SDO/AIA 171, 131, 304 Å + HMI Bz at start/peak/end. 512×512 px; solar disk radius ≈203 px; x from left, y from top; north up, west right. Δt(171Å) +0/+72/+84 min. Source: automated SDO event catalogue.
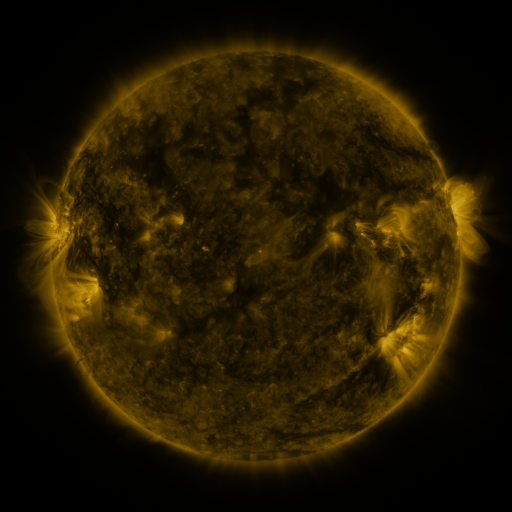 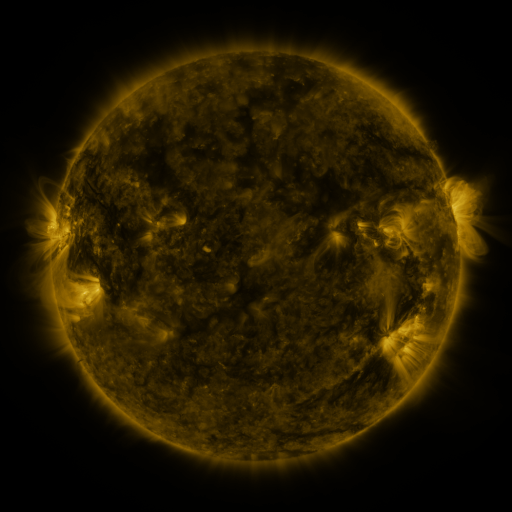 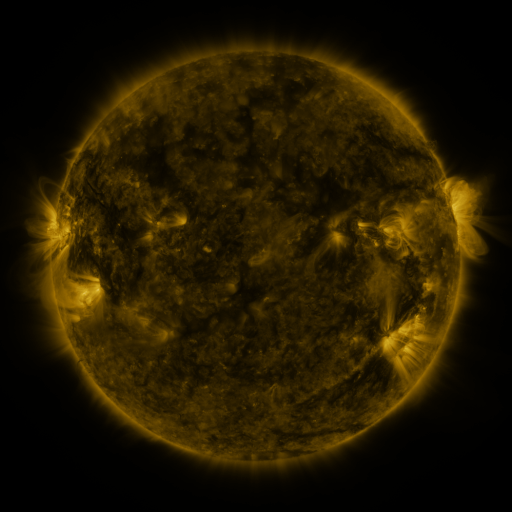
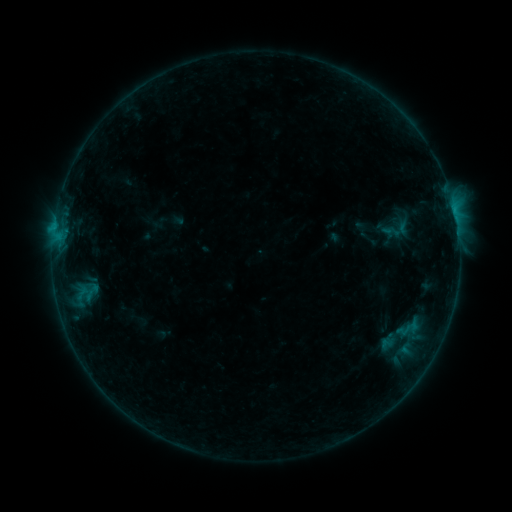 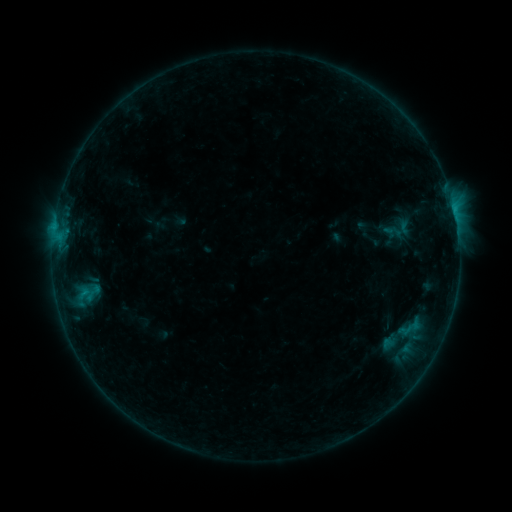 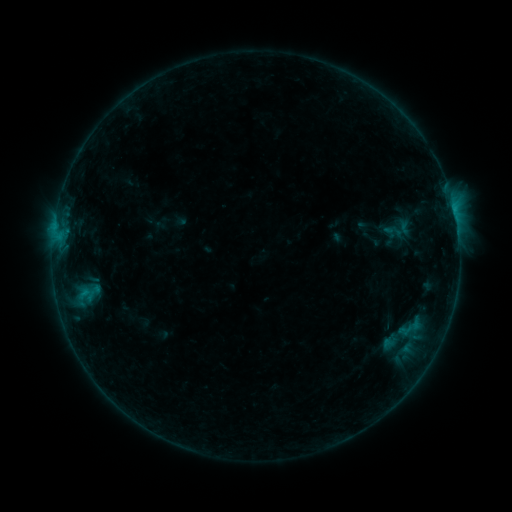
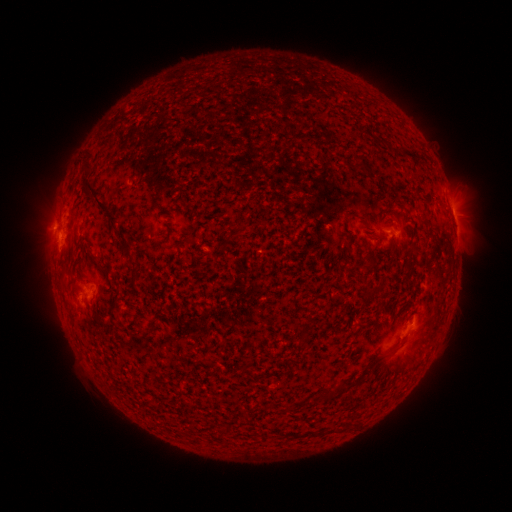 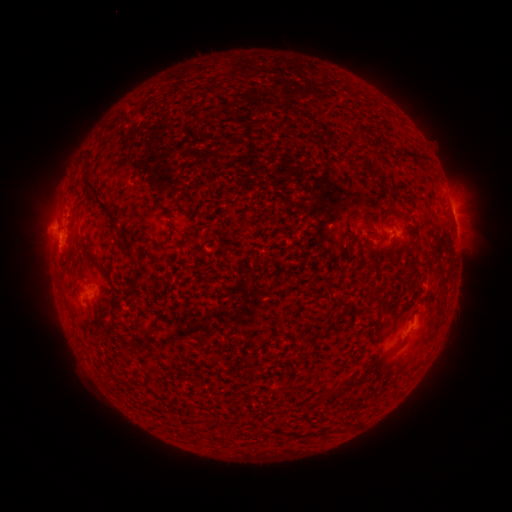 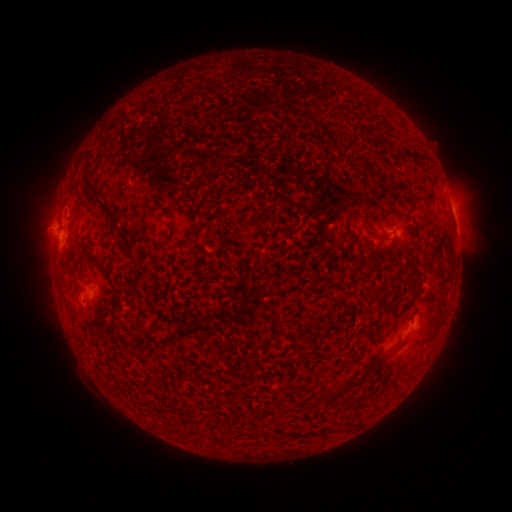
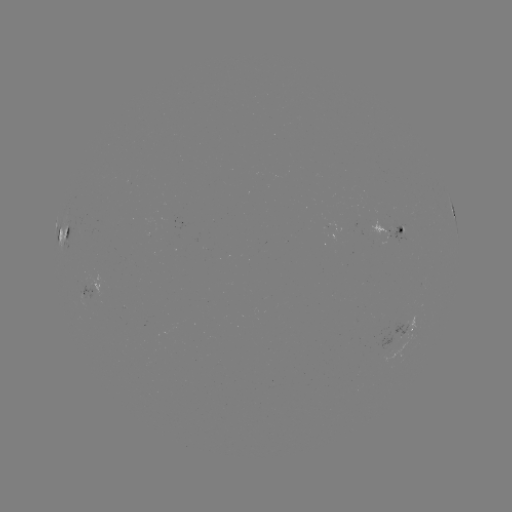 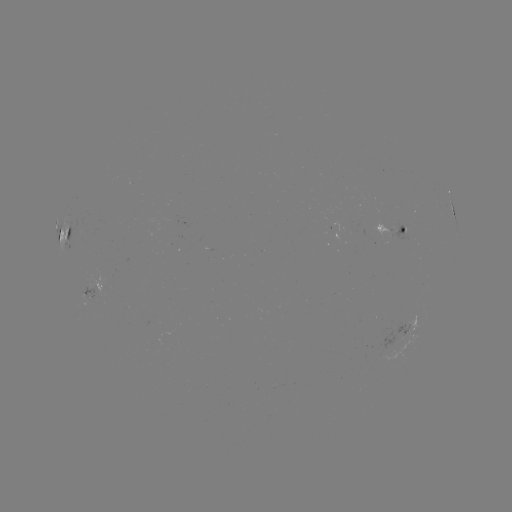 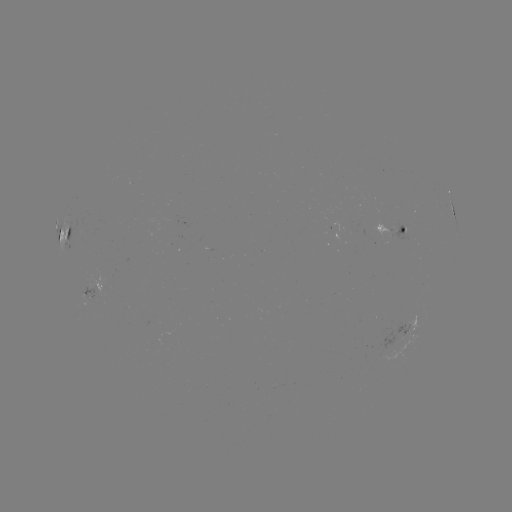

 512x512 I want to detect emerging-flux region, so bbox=[386, 224, 410, 243].